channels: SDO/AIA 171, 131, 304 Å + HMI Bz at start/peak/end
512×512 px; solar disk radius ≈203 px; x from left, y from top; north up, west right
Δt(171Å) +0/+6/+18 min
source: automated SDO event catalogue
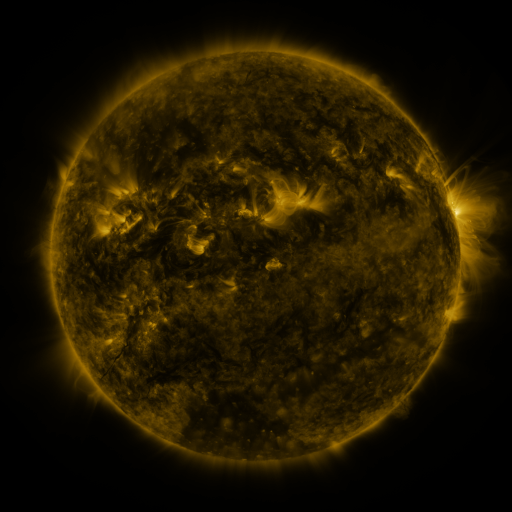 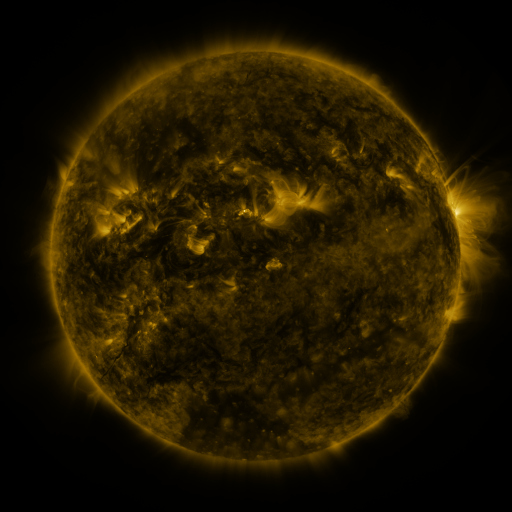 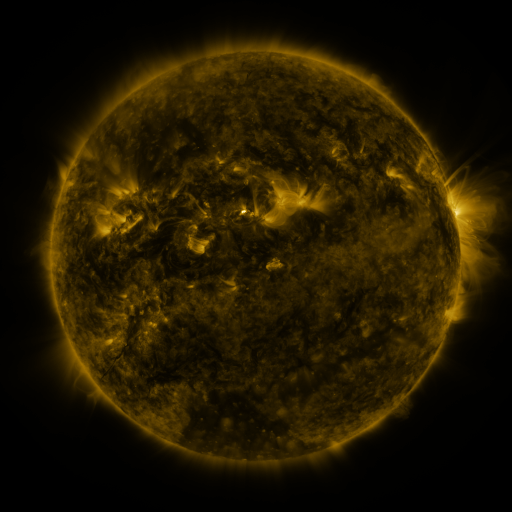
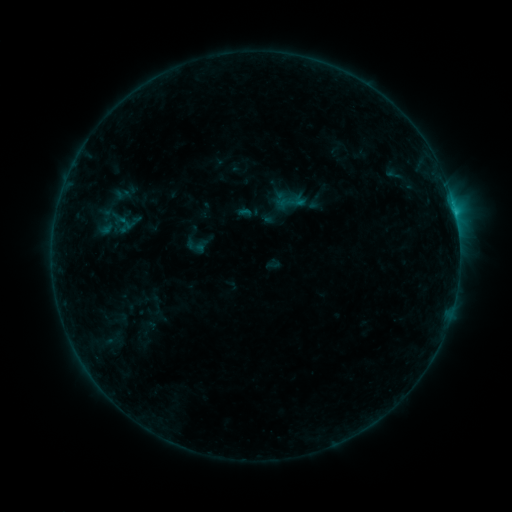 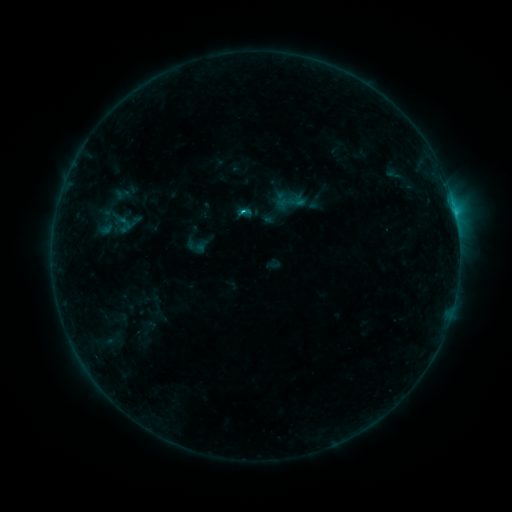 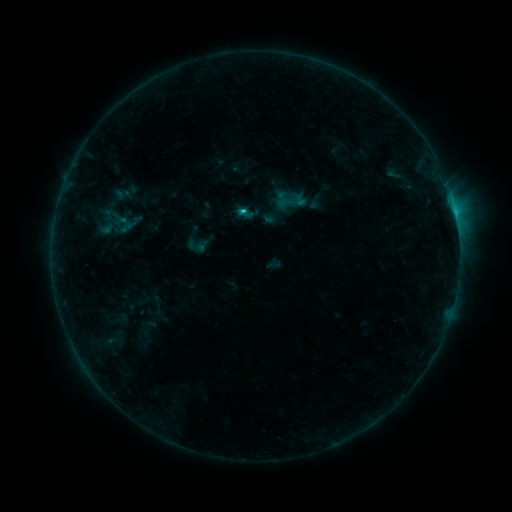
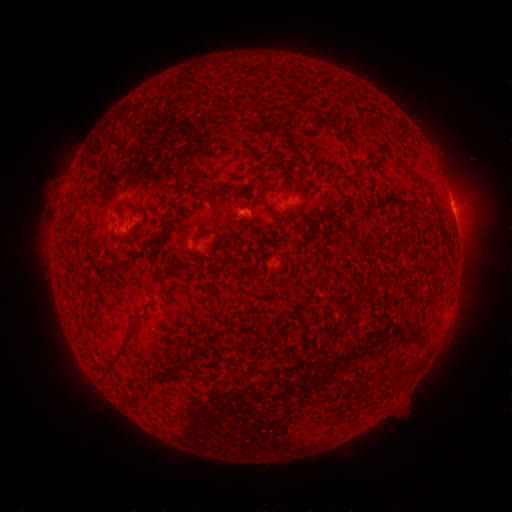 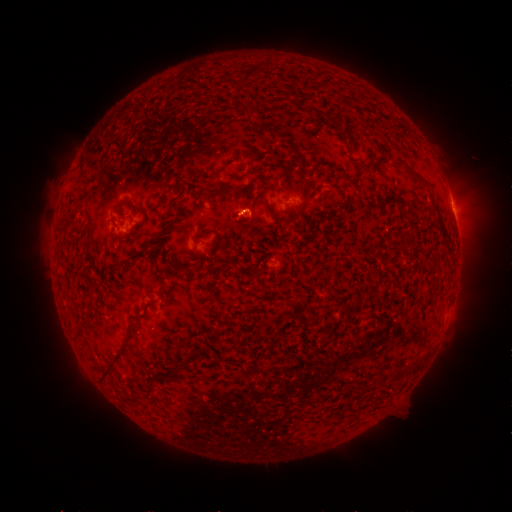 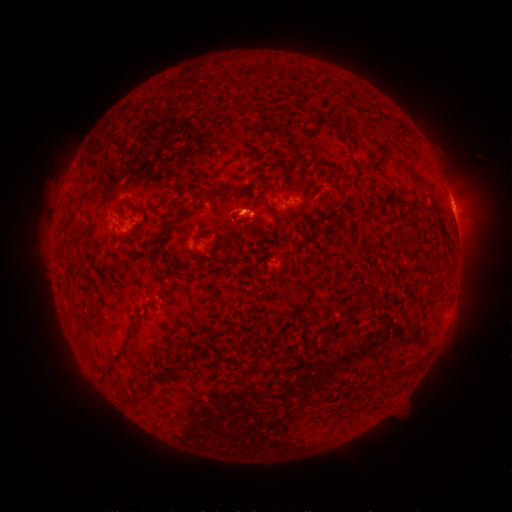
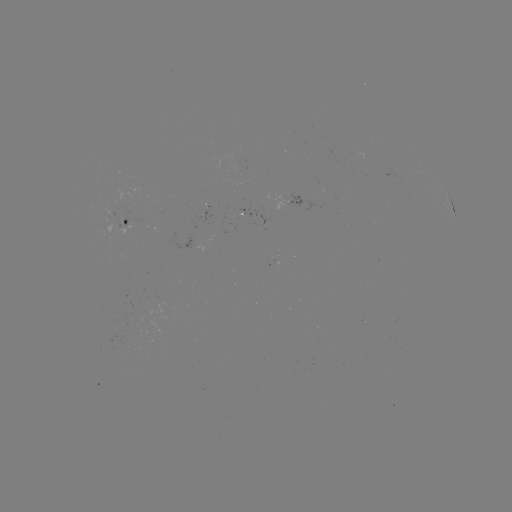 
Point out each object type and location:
C1.2 flare: (245, 213)
